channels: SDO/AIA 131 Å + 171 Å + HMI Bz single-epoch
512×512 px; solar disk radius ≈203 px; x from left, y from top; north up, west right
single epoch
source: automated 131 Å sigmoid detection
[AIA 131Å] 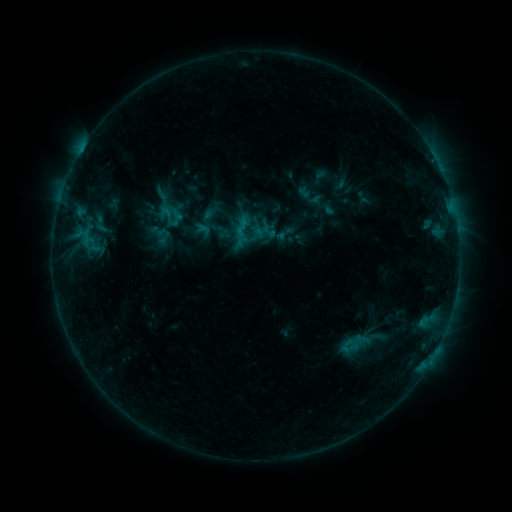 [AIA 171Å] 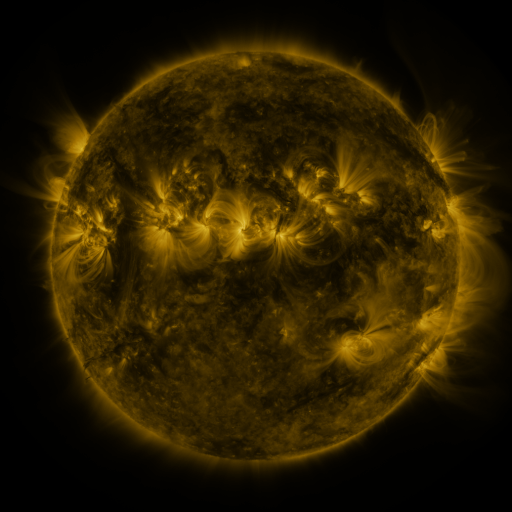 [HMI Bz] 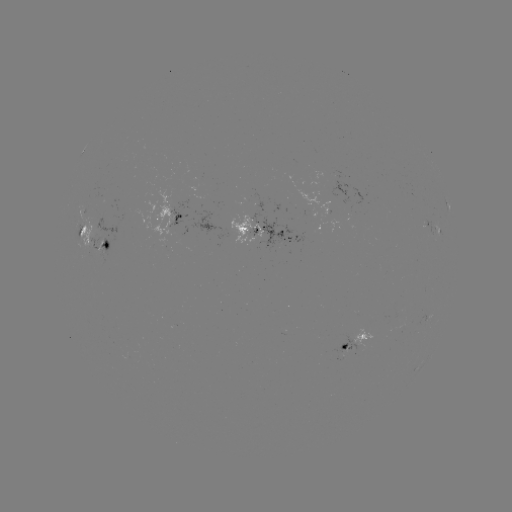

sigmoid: [89, 210, 112, 237]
